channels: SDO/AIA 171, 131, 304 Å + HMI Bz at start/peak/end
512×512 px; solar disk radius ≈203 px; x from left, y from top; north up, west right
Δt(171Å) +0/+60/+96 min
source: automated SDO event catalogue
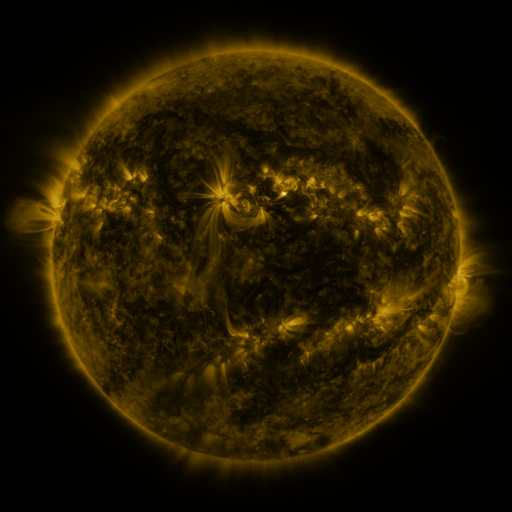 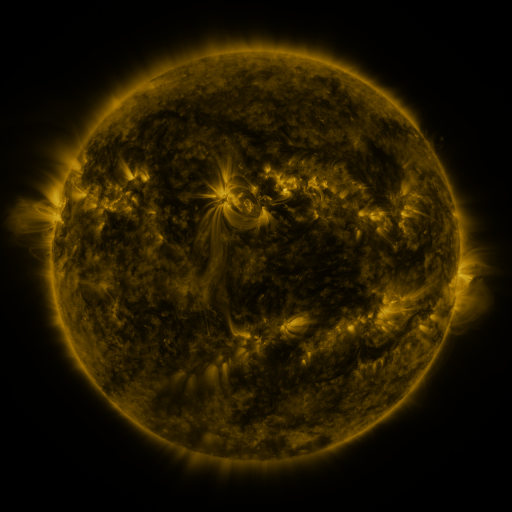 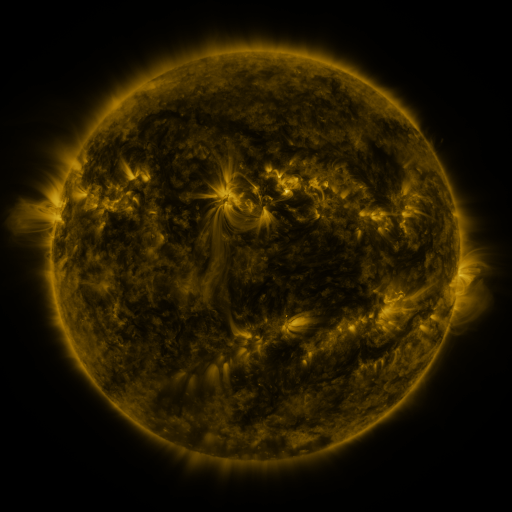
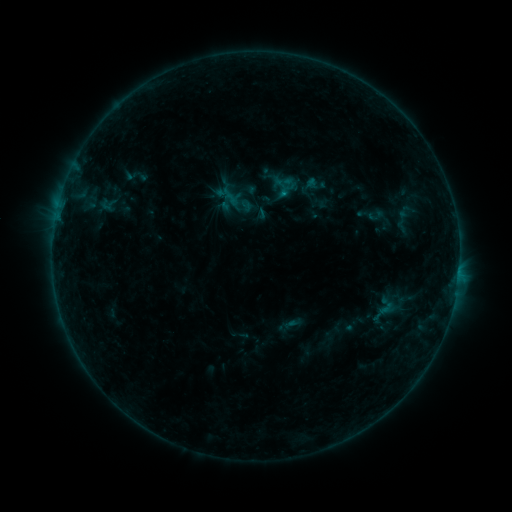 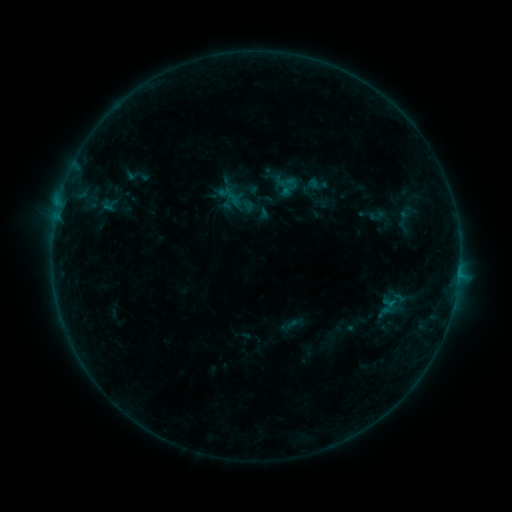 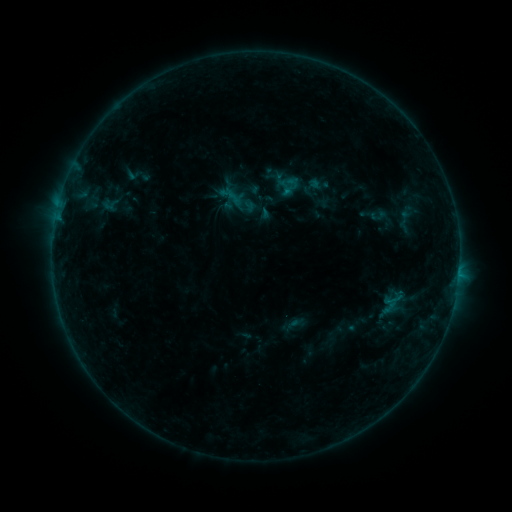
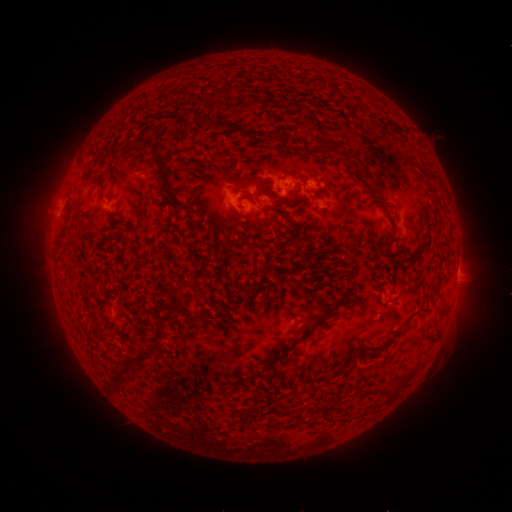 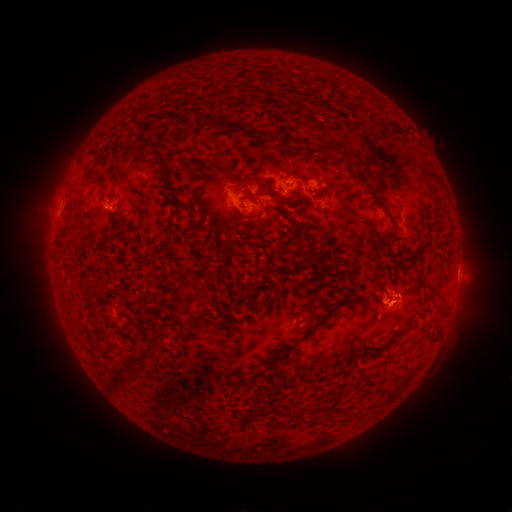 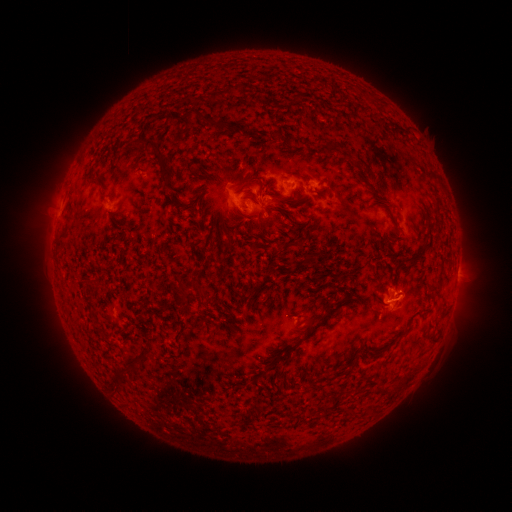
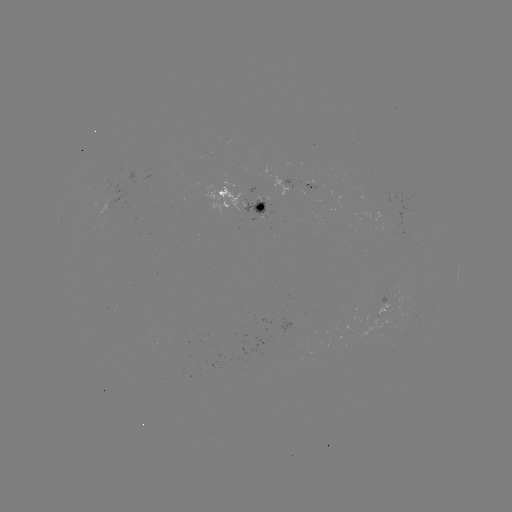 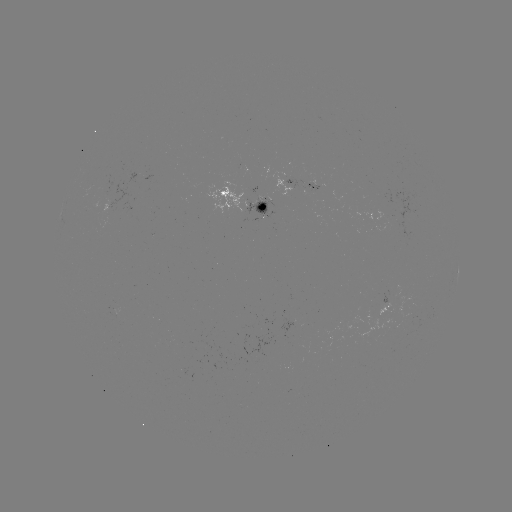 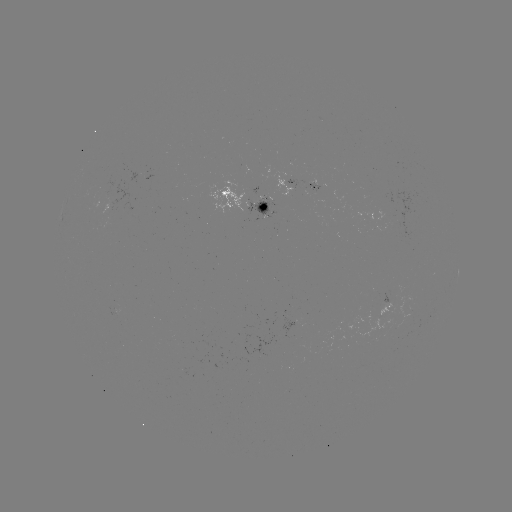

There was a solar emerging-flux region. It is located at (114, 311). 